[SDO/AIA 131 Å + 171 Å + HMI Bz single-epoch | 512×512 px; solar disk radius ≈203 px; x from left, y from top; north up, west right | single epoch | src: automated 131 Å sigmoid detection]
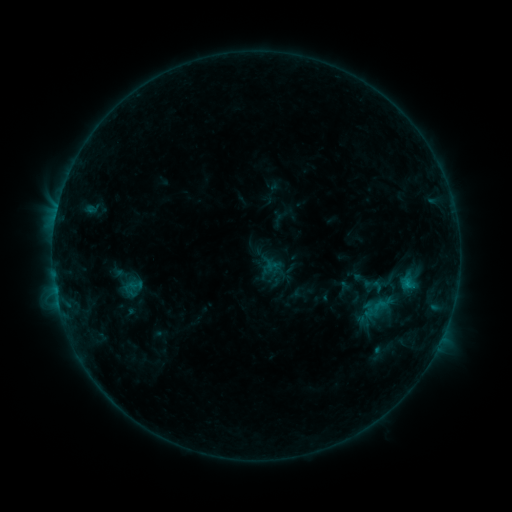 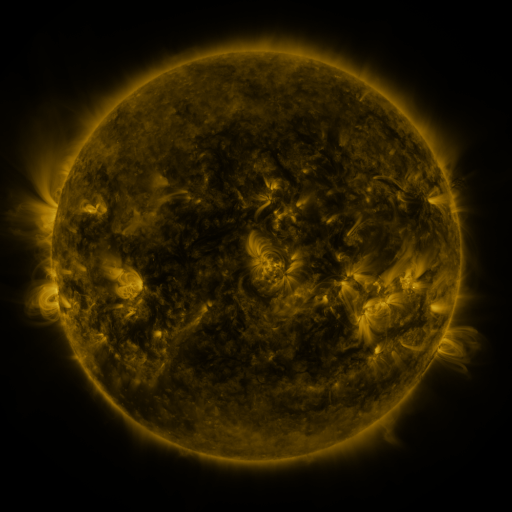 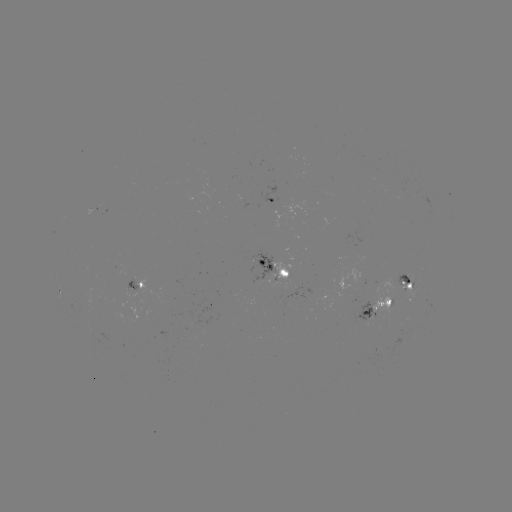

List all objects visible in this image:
sigmoid: (363, 280)
sigmoid: (129, 289)
